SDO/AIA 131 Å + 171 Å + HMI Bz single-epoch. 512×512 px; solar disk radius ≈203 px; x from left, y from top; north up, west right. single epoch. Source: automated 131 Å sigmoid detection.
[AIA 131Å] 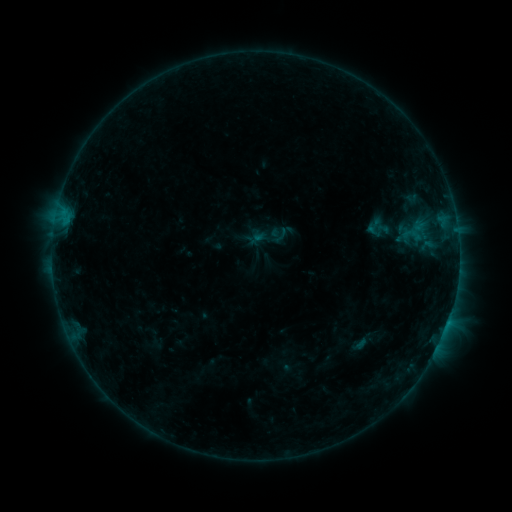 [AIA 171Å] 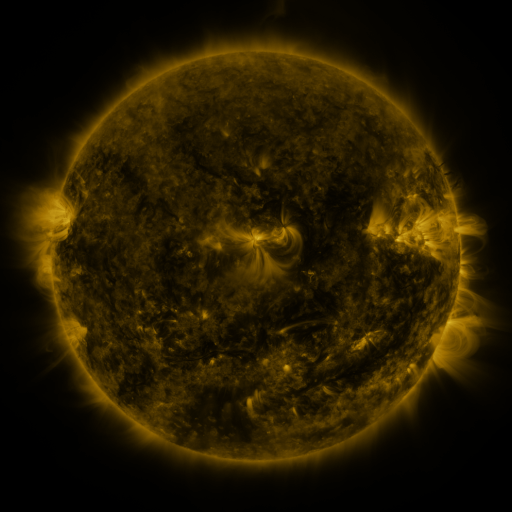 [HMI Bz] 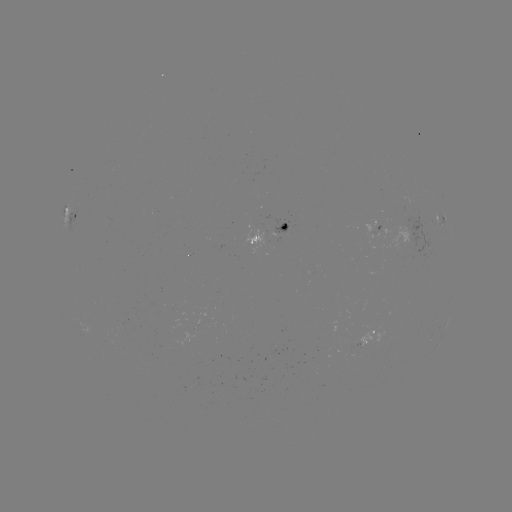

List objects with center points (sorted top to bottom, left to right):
sigmoid: (412, 235)
